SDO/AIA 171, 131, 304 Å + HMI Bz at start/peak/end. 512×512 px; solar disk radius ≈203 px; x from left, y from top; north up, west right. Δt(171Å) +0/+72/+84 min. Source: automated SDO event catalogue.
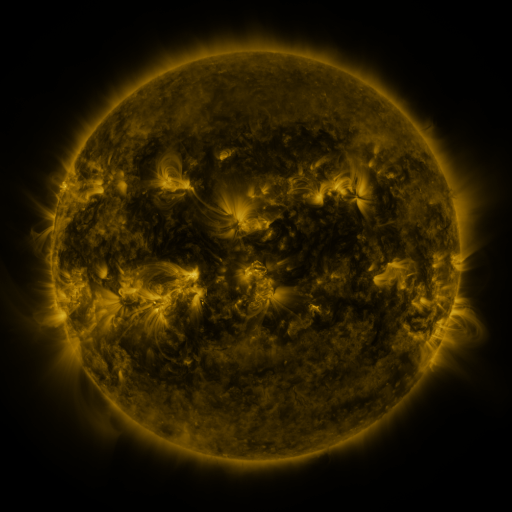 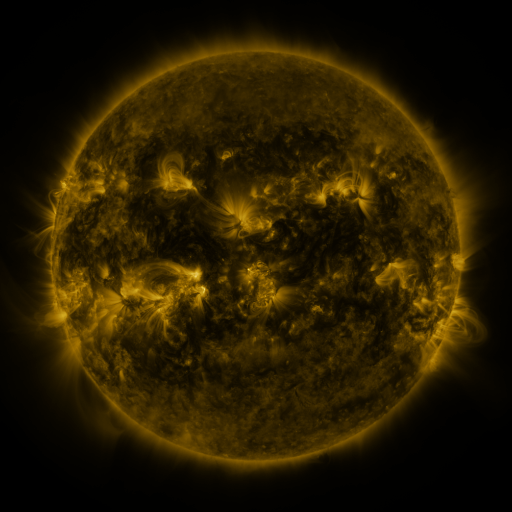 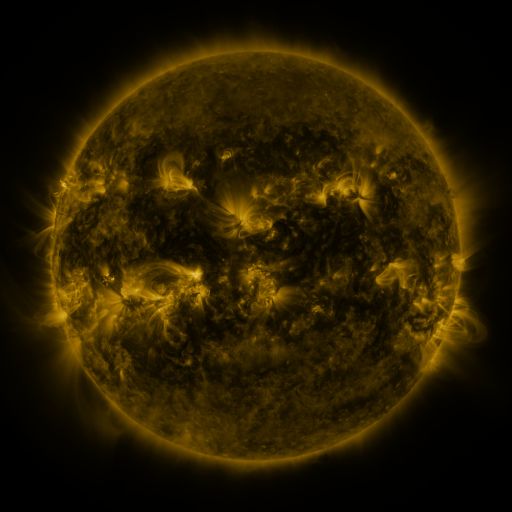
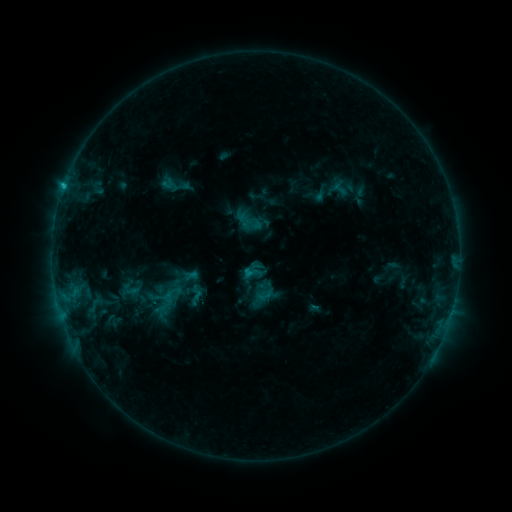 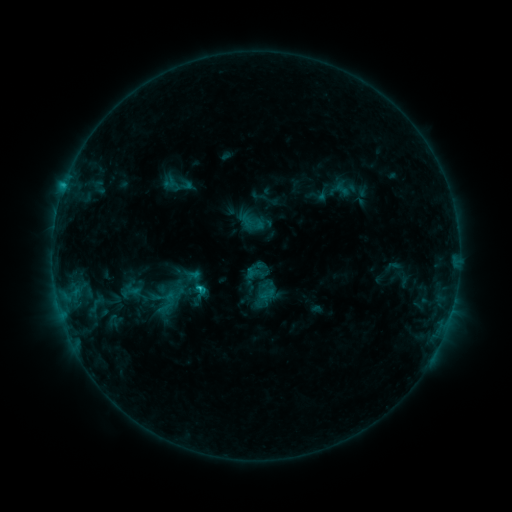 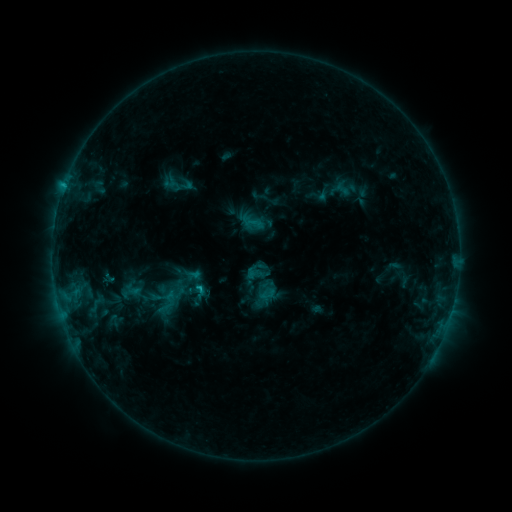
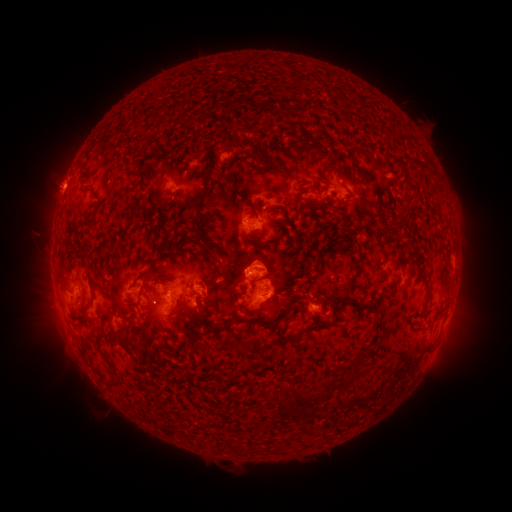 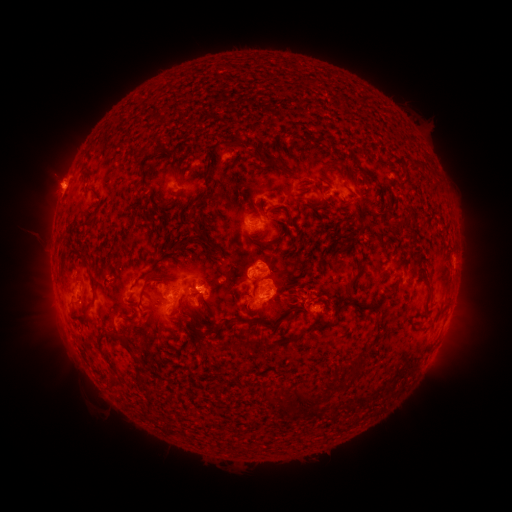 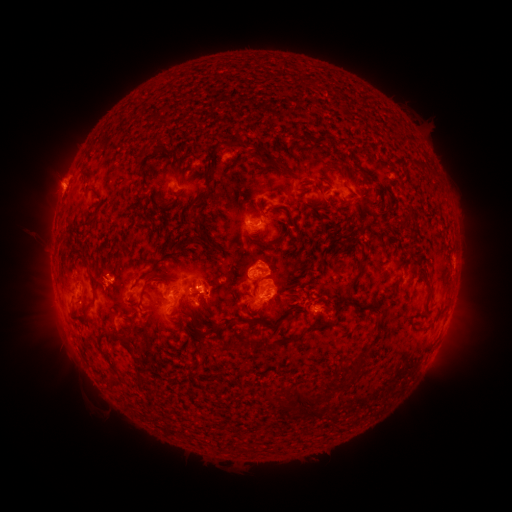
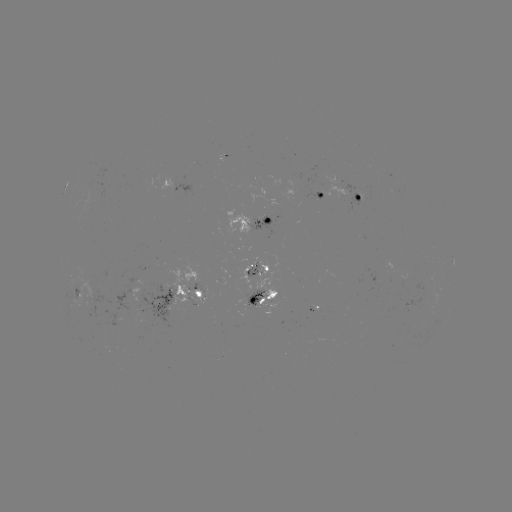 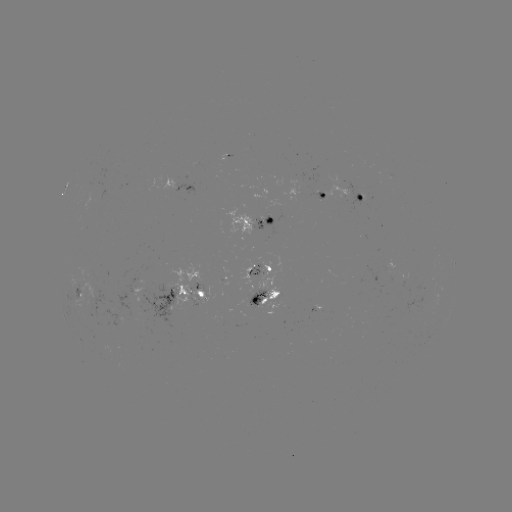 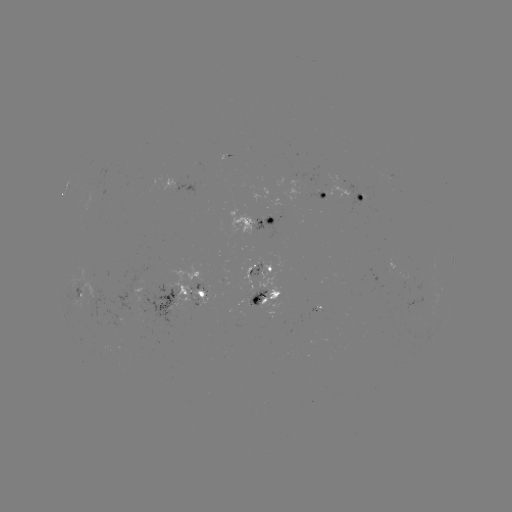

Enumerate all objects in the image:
emerging-flux region: (86, 271)
